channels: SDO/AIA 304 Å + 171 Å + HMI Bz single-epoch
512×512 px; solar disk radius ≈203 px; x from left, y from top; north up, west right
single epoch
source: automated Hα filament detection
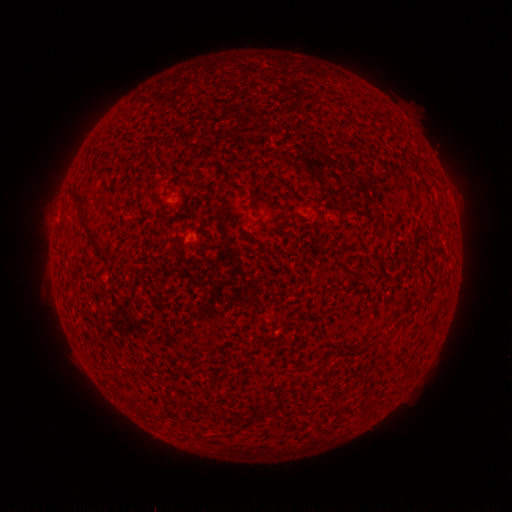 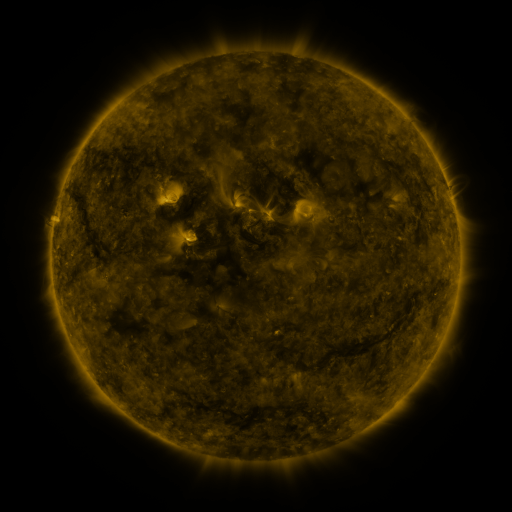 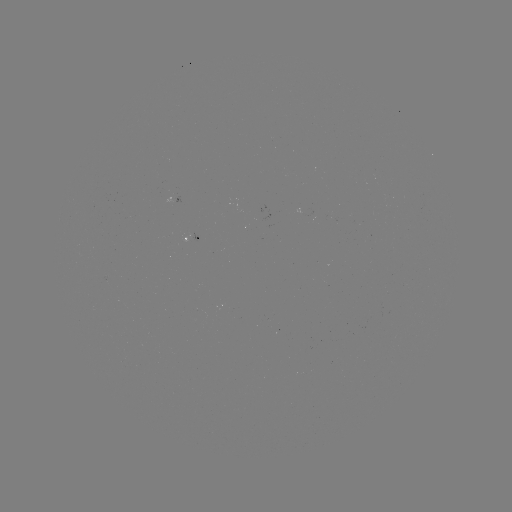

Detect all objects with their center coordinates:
filament: <bbox>70, 188, 86, 213</bbox>
filament: <bbox>79, 219, 95, 237</bbox>
filament: <bbox>96, 246, 107, 254</bbox>
filament: <bbox>219, 410, 228, 420</bbox>
filament: <bbox>238, 412, 248, 422</bbox>
